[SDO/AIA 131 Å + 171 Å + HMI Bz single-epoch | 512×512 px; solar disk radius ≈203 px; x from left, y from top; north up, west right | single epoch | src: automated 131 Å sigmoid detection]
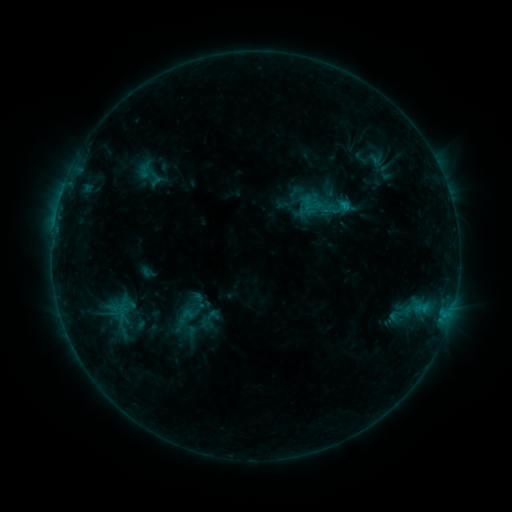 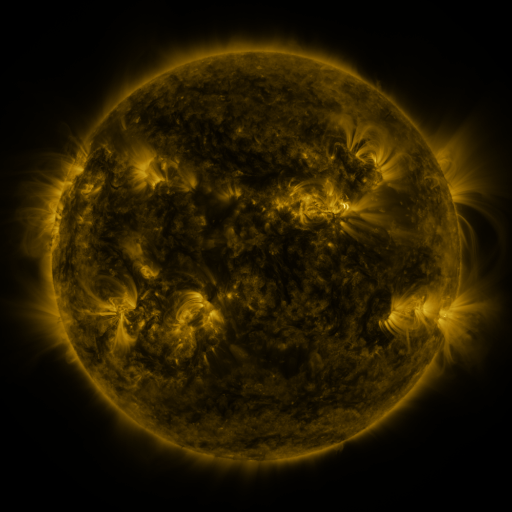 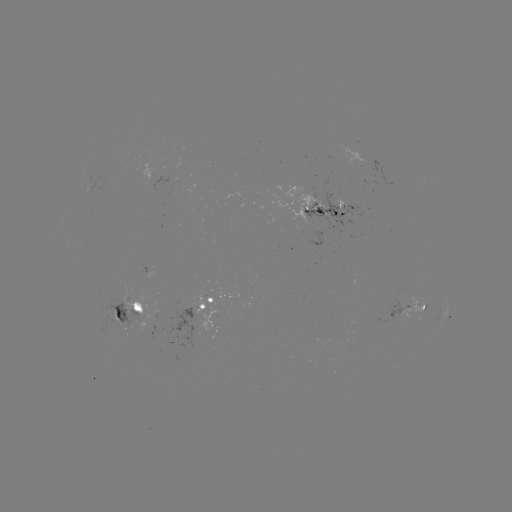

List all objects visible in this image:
sigmoid: (401, 313)
